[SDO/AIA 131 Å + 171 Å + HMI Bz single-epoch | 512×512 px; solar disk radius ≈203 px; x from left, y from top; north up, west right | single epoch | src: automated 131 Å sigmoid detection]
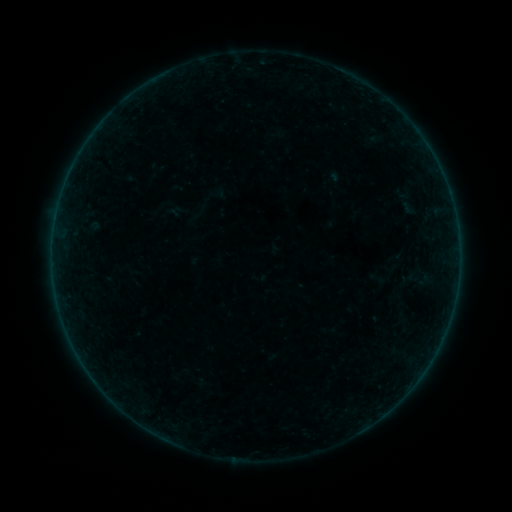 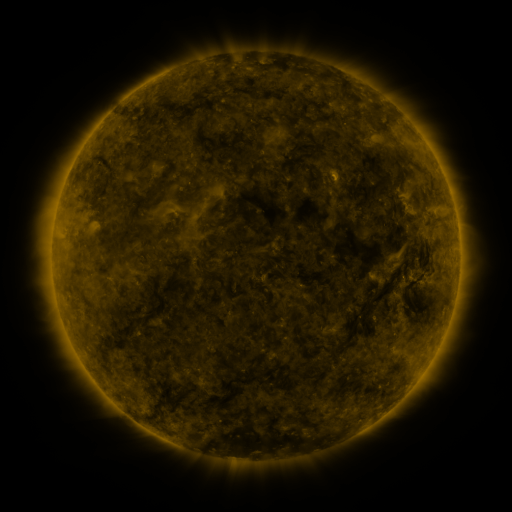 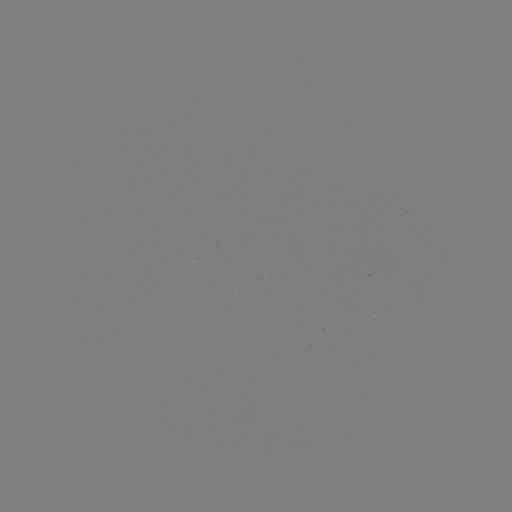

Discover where sigmoid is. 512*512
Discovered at [409, 208].